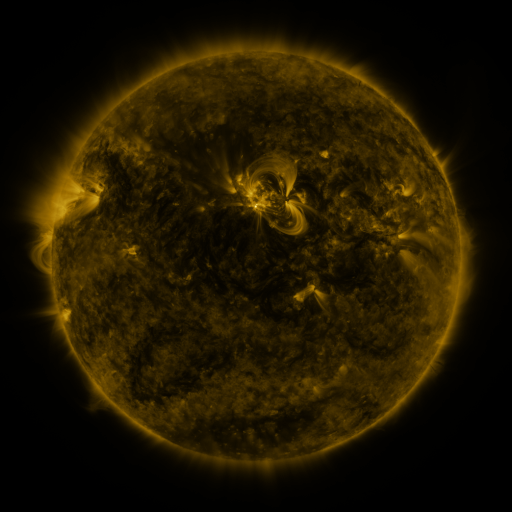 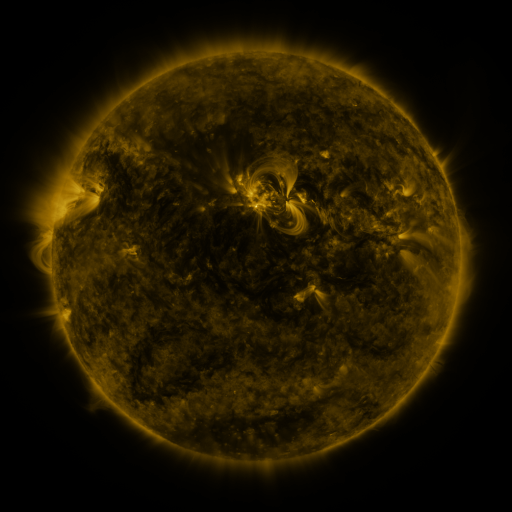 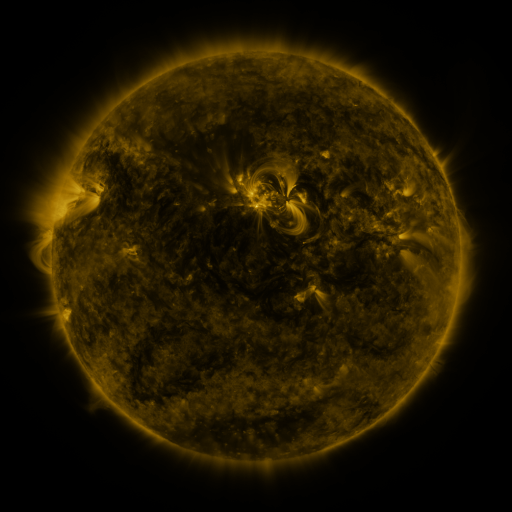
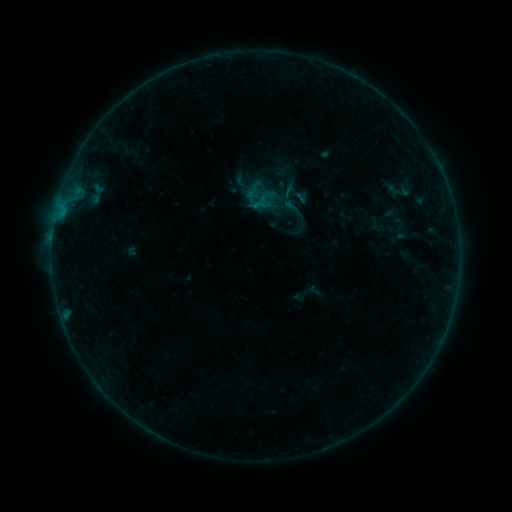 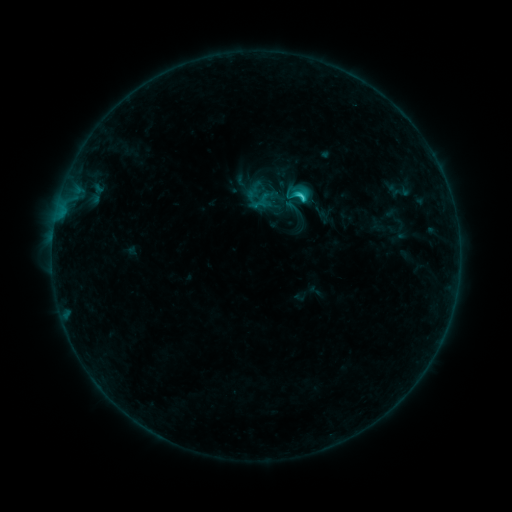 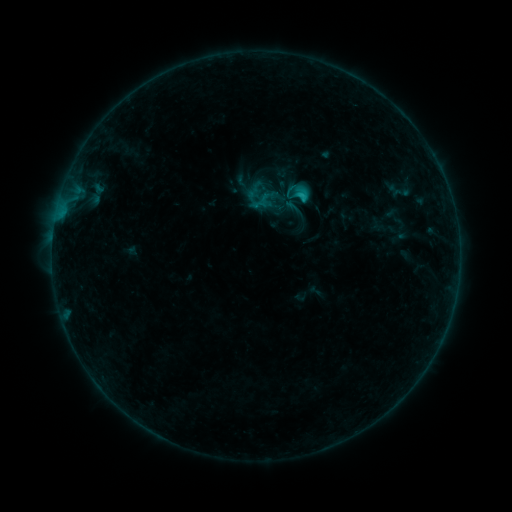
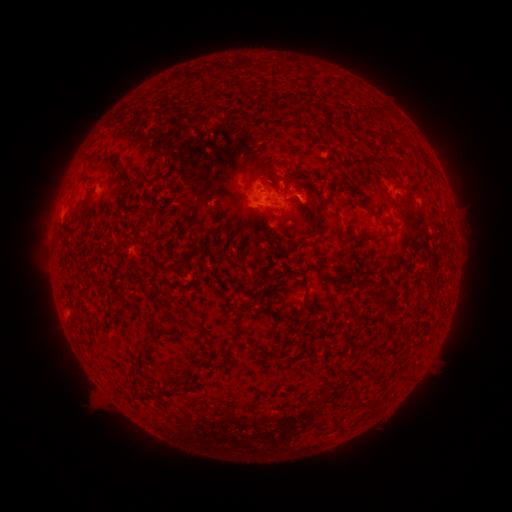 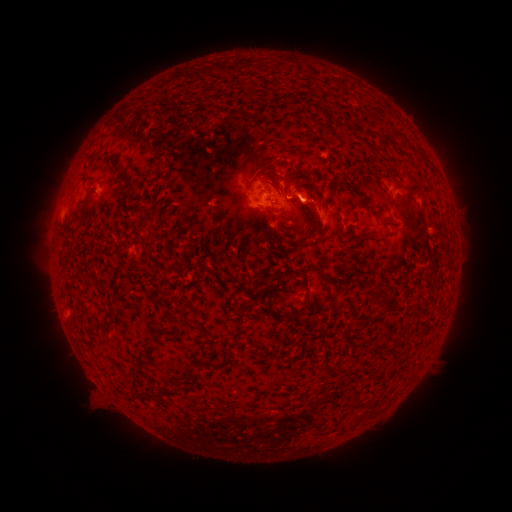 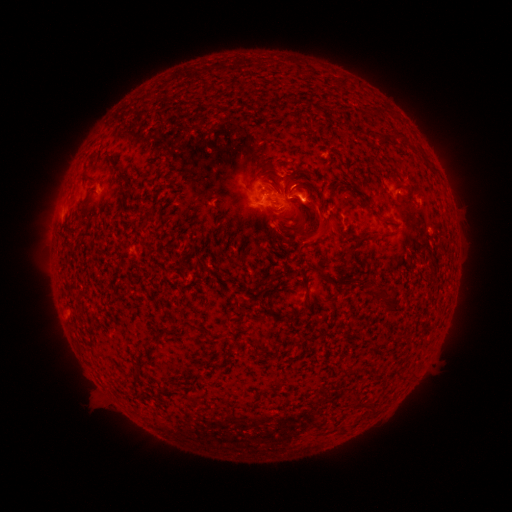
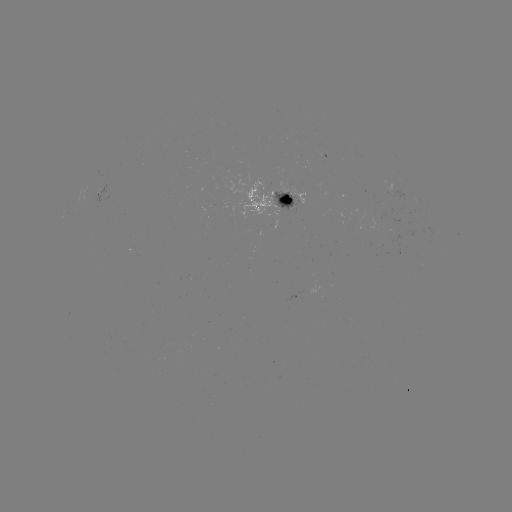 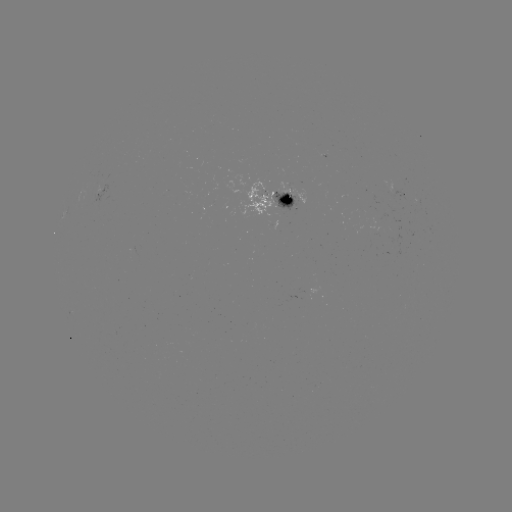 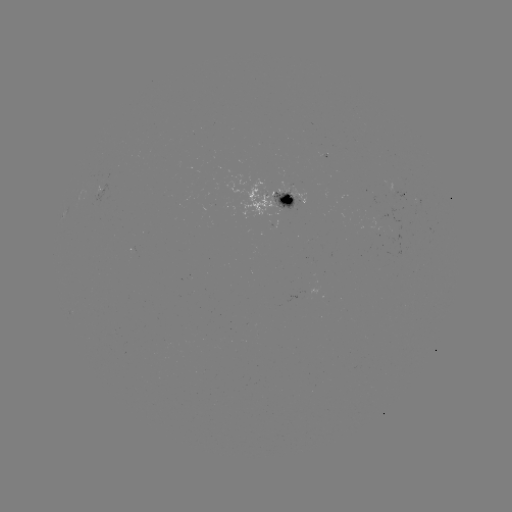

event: flare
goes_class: C1.8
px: (301, 201)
